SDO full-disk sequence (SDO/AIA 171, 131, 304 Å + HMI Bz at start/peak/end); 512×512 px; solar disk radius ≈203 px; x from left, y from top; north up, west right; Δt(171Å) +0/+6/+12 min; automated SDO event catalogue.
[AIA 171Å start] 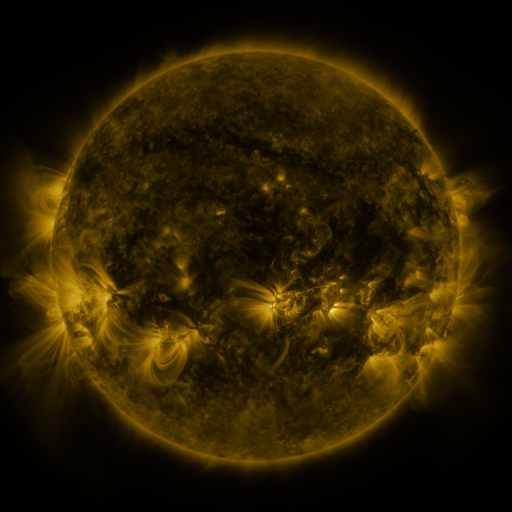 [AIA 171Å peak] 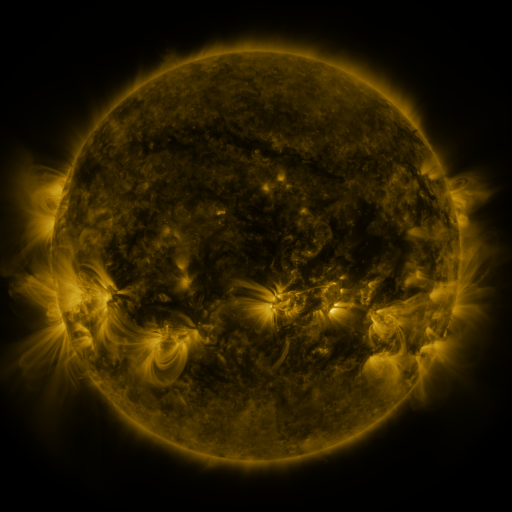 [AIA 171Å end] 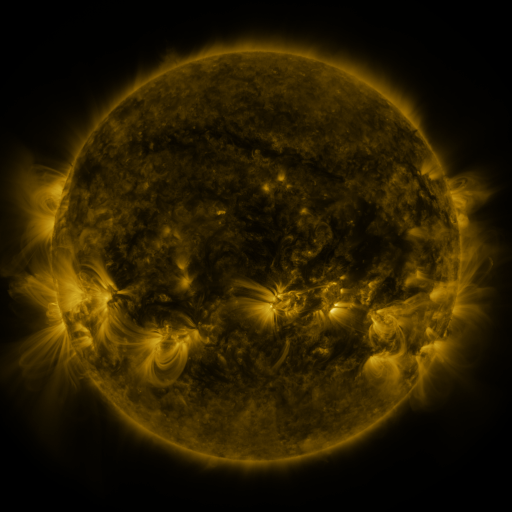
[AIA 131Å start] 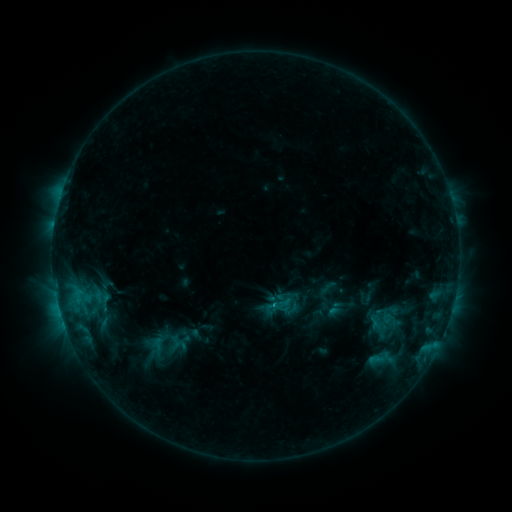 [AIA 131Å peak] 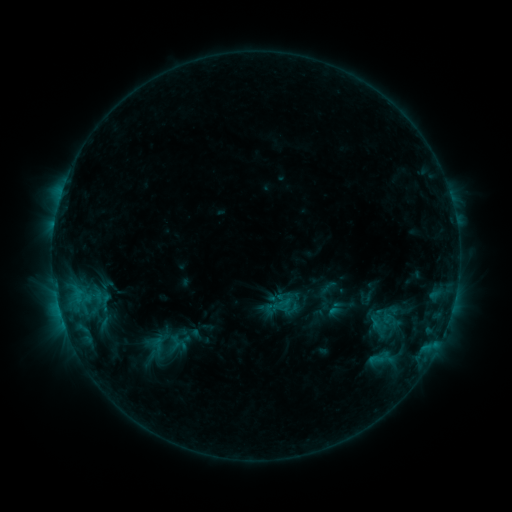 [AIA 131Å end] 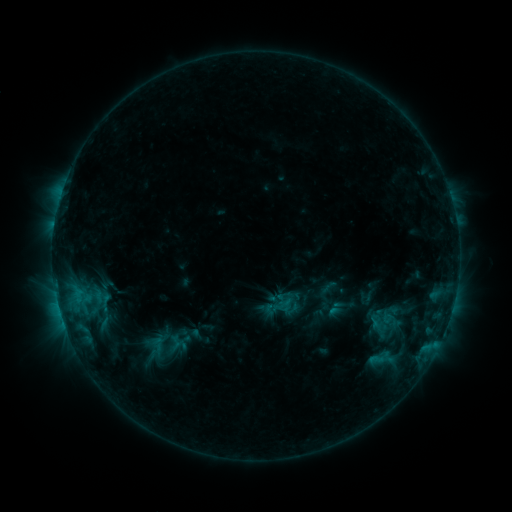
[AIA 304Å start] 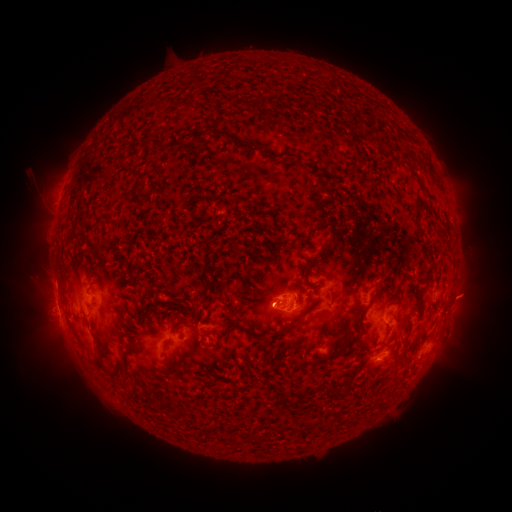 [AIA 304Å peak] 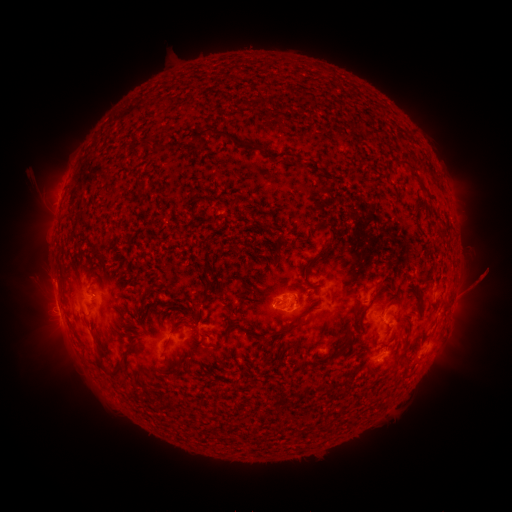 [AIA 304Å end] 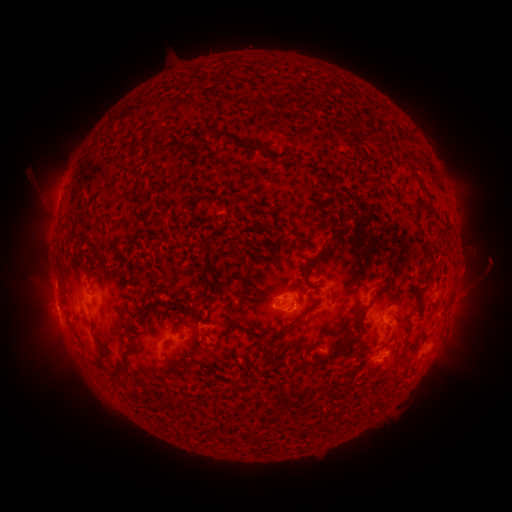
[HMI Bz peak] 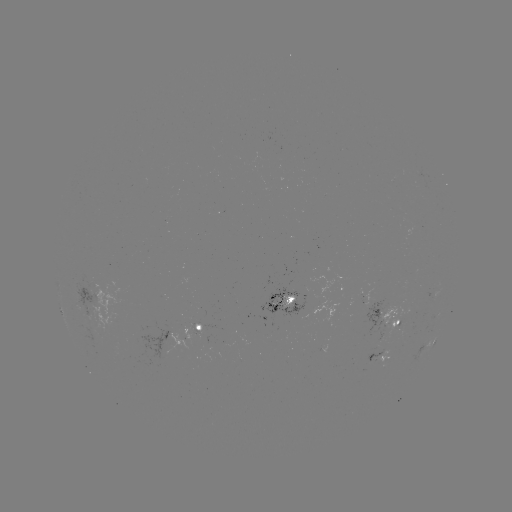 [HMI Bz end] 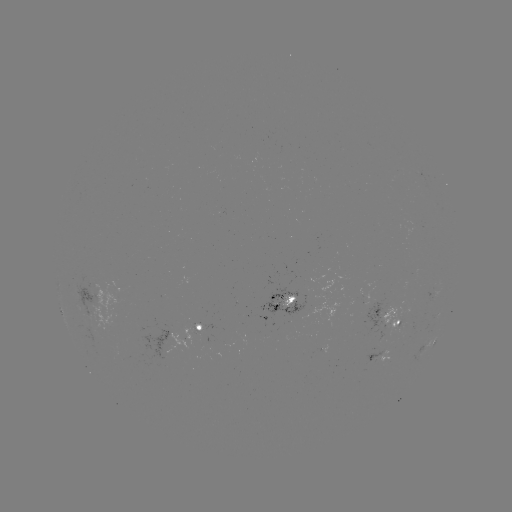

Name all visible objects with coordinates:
eruption: (478, 282)
